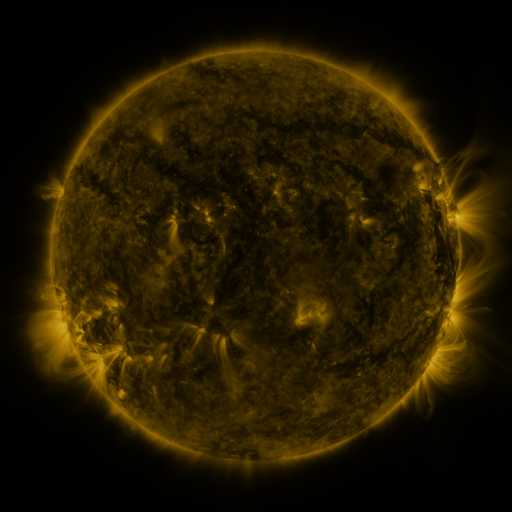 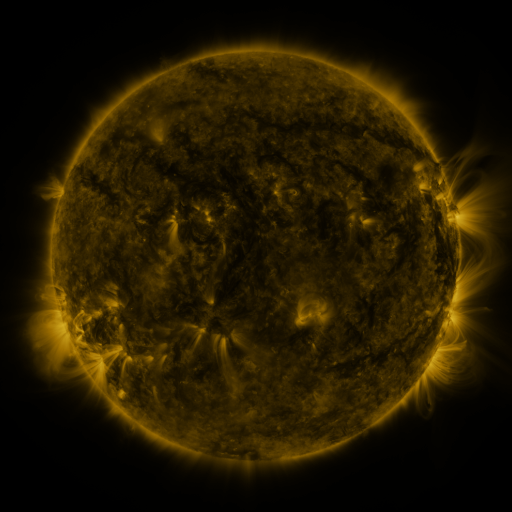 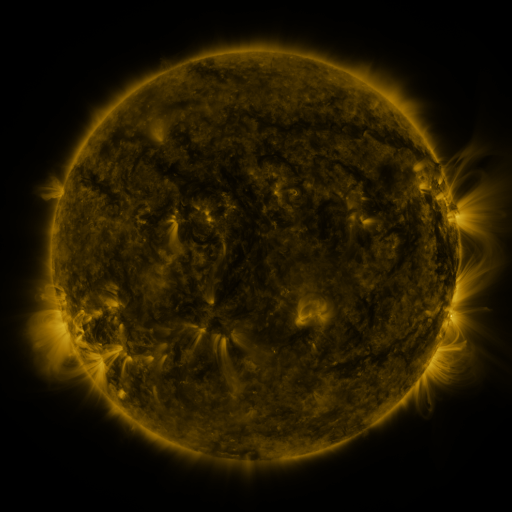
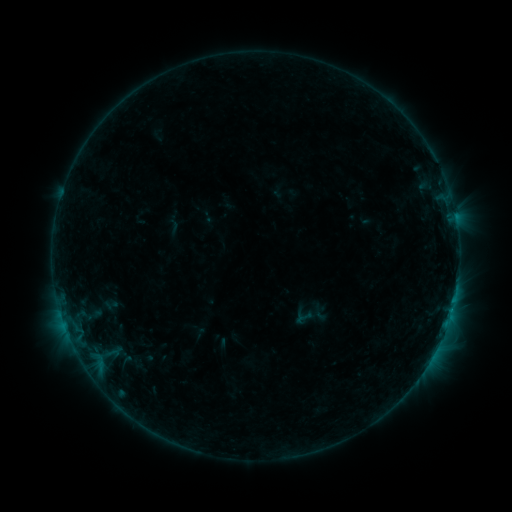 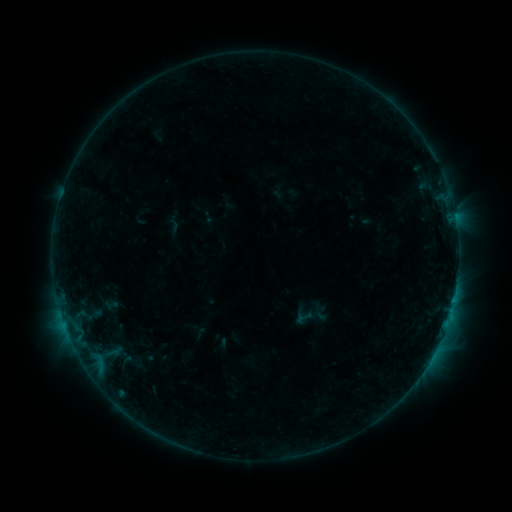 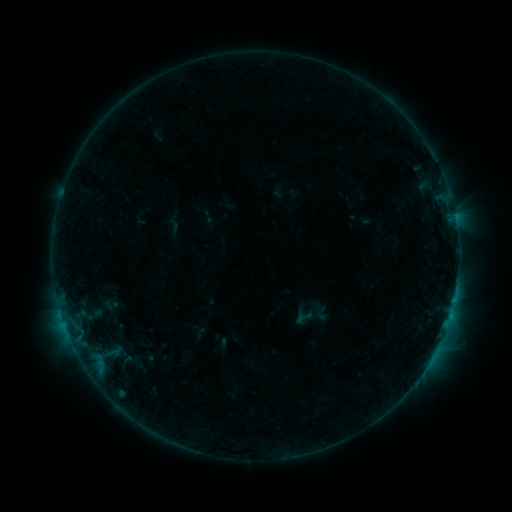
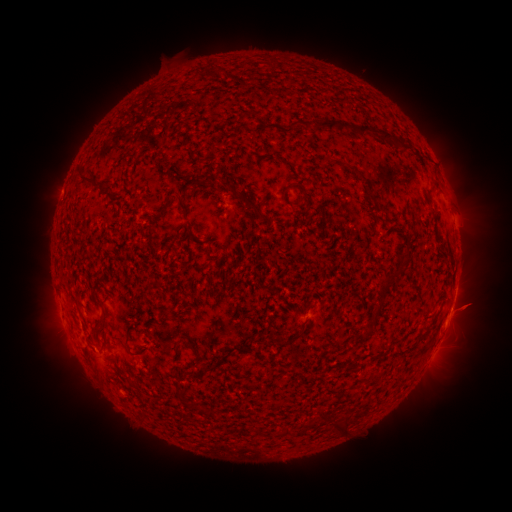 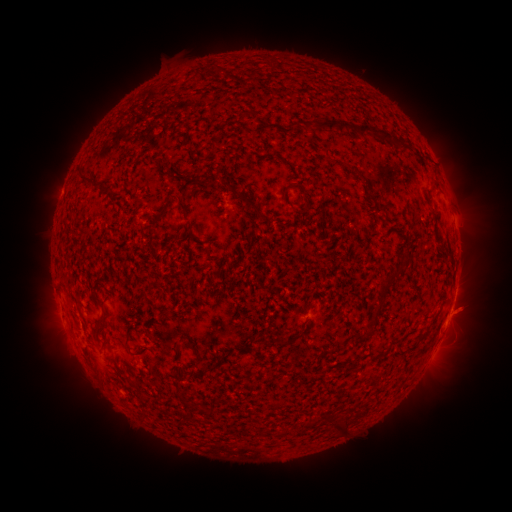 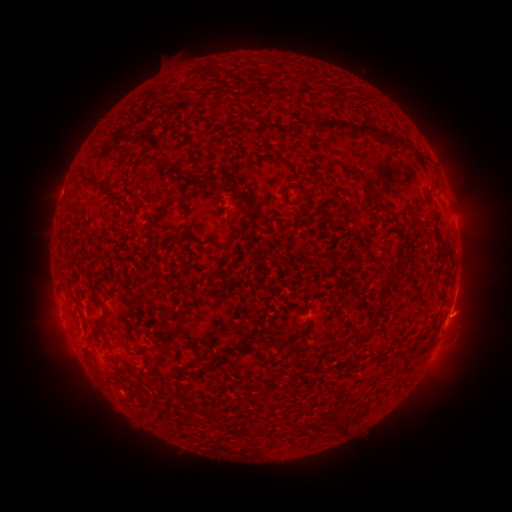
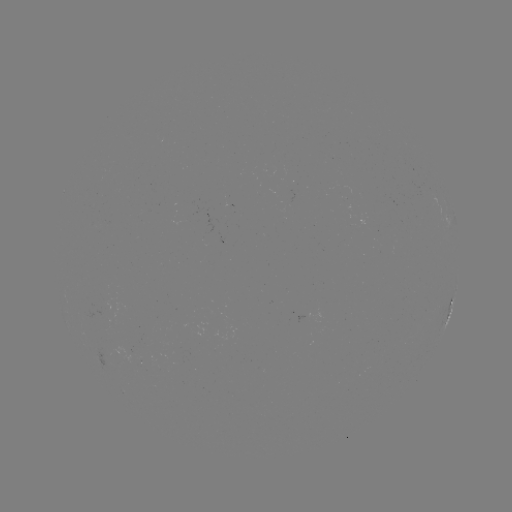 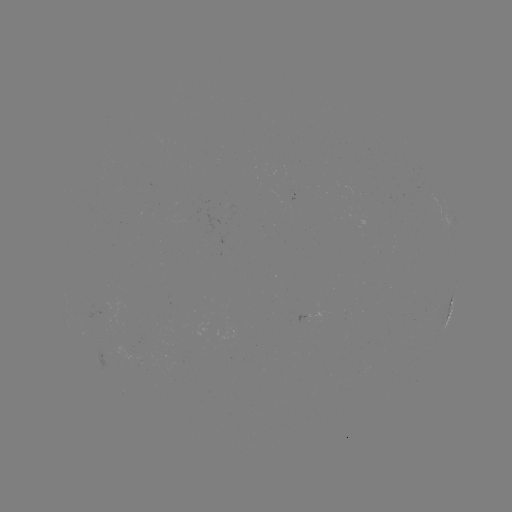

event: eruption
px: (471, 310)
